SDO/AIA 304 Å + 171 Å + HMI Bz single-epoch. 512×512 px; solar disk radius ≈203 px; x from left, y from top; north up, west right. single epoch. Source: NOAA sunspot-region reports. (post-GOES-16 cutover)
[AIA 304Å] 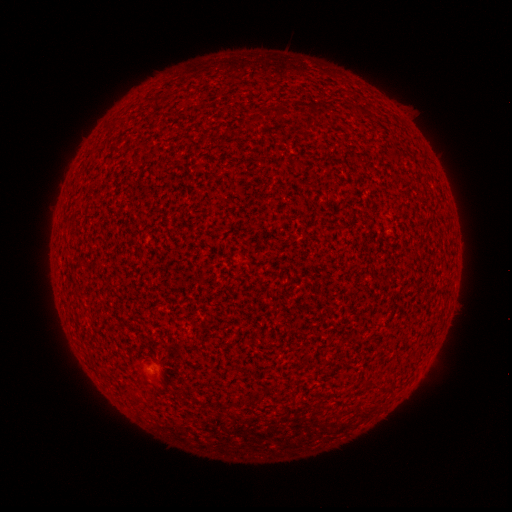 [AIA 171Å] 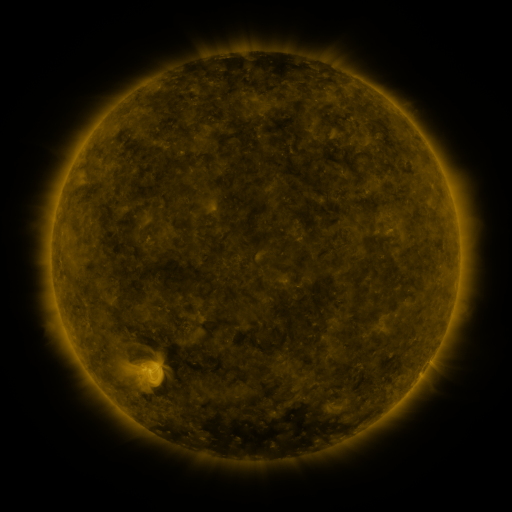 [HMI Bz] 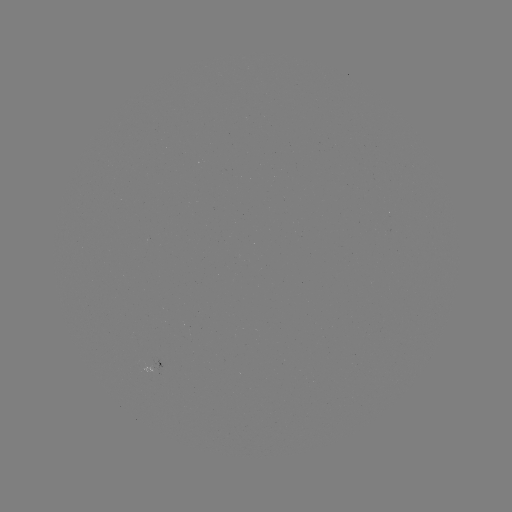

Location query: spotted active region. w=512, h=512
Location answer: (156, 361).